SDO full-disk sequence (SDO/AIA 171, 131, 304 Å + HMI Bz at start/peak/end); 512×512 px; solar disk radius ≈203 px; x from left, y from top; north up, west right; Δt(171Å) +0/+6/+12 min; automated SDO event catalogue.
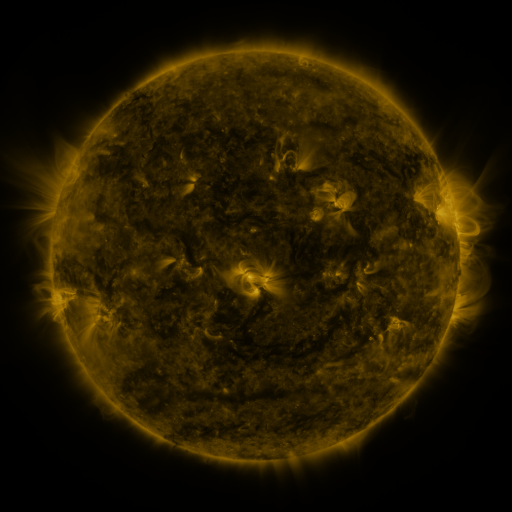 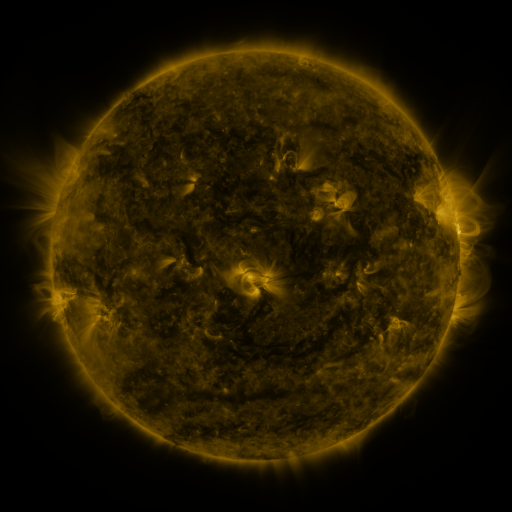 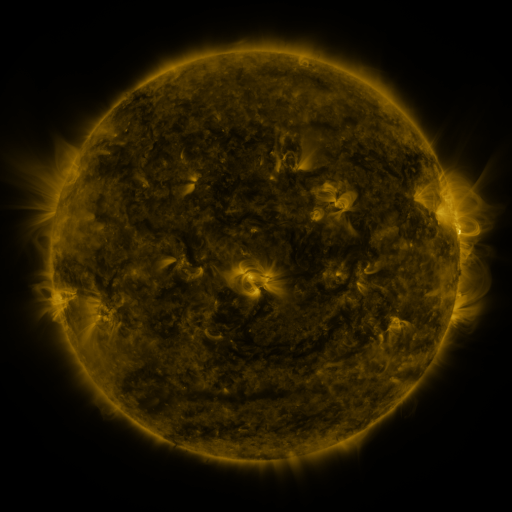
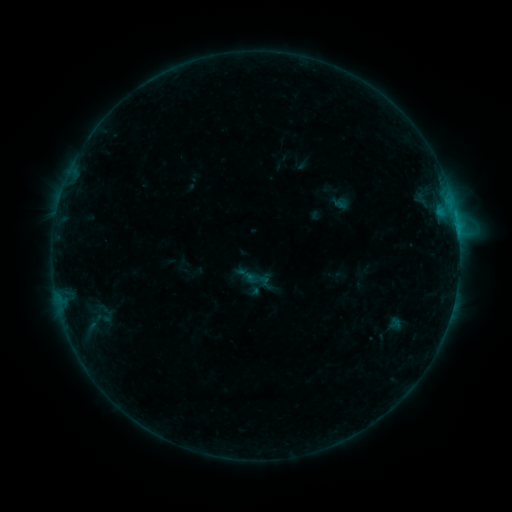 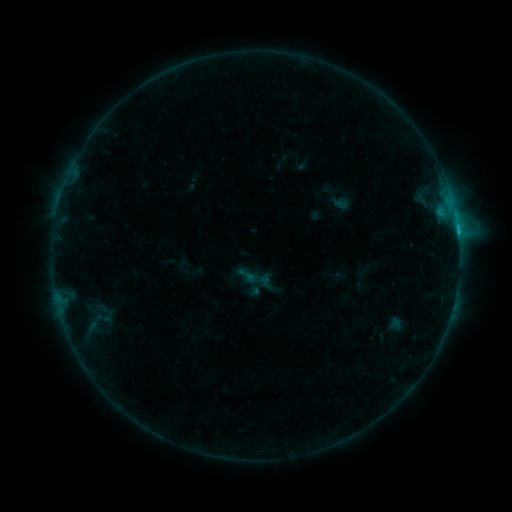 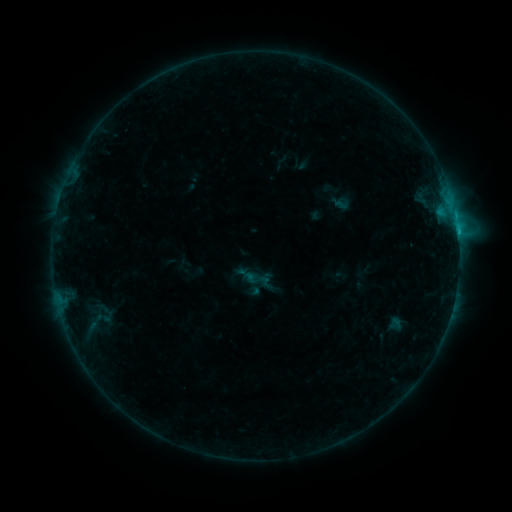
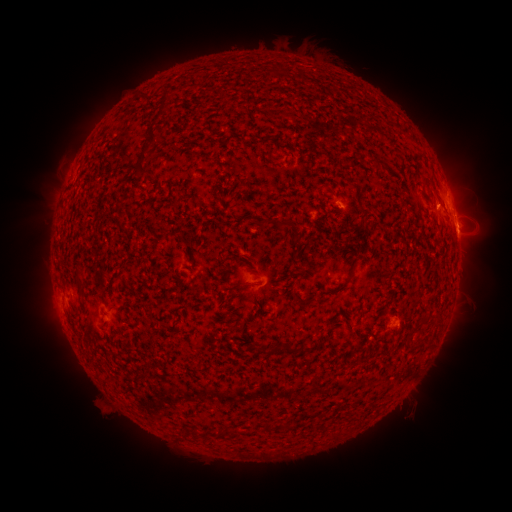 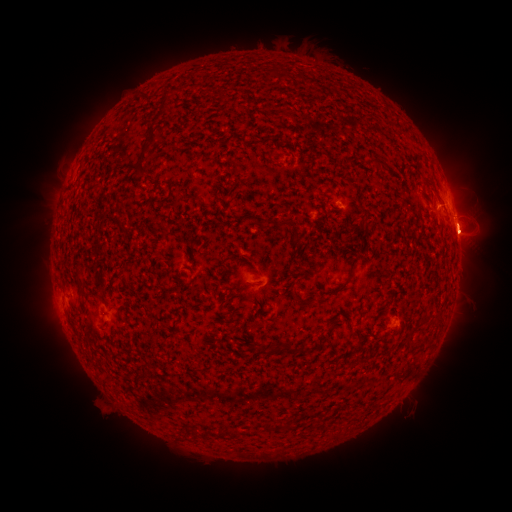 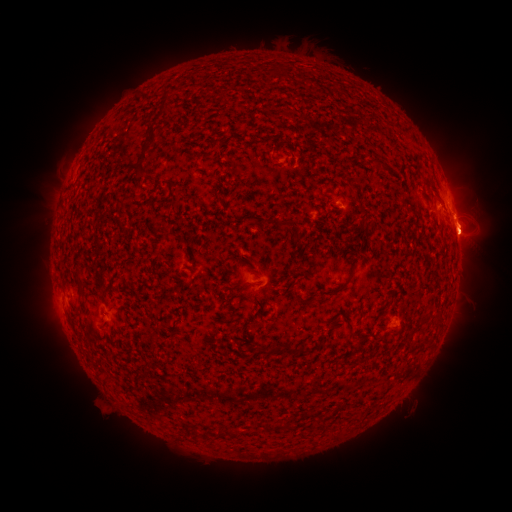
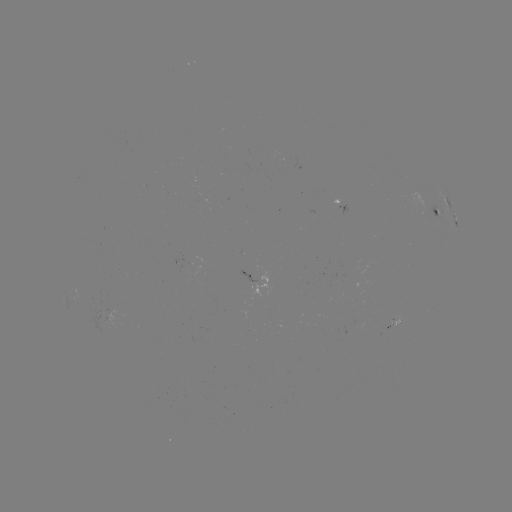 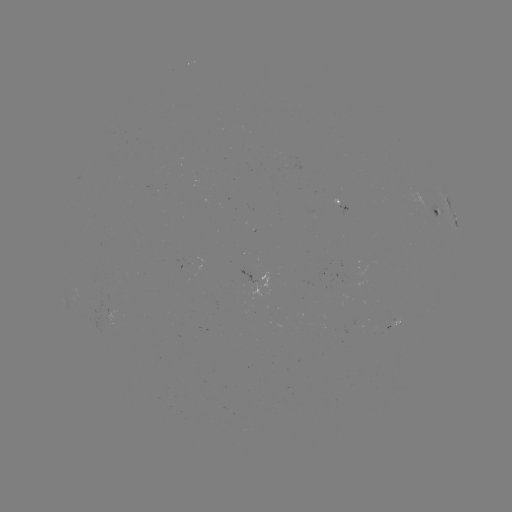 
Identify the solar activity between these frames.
C1.1 flare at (457, 234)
